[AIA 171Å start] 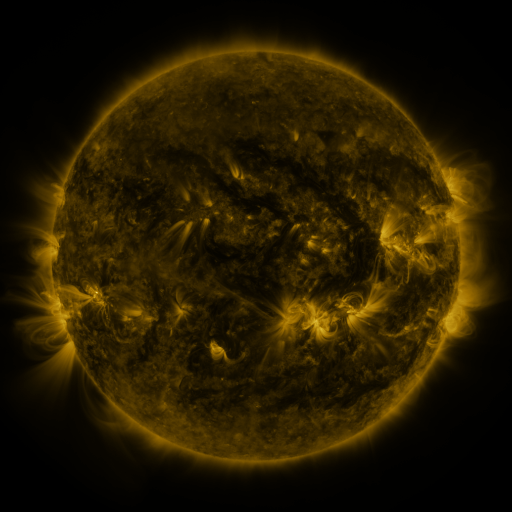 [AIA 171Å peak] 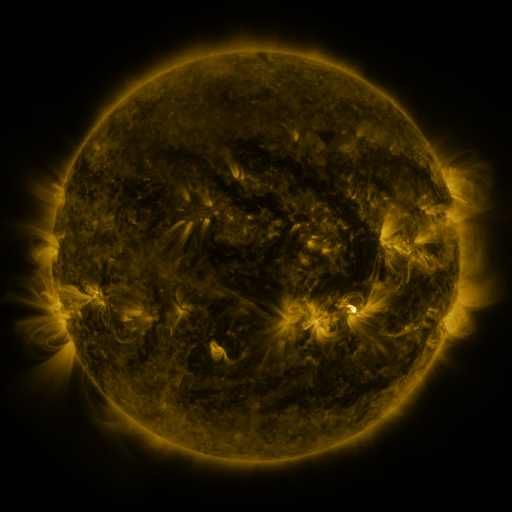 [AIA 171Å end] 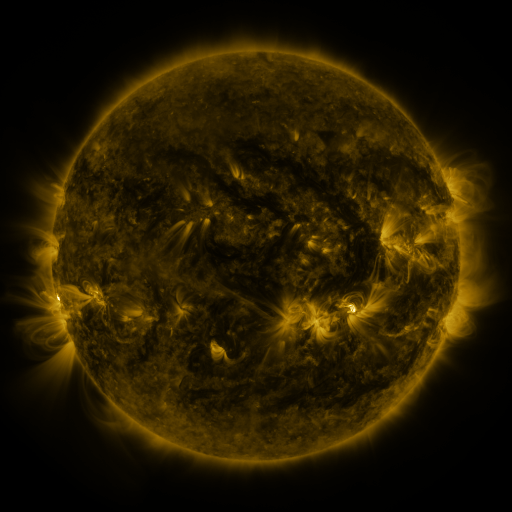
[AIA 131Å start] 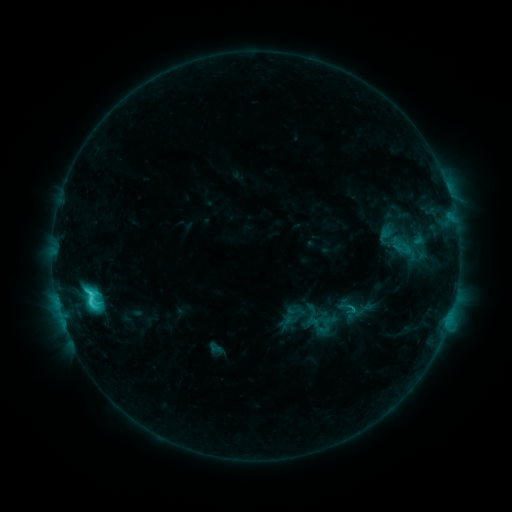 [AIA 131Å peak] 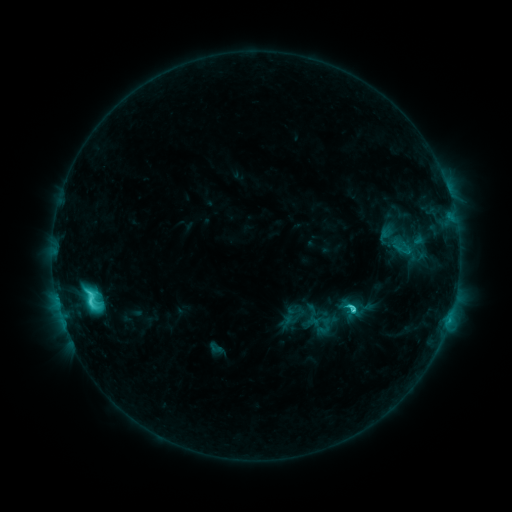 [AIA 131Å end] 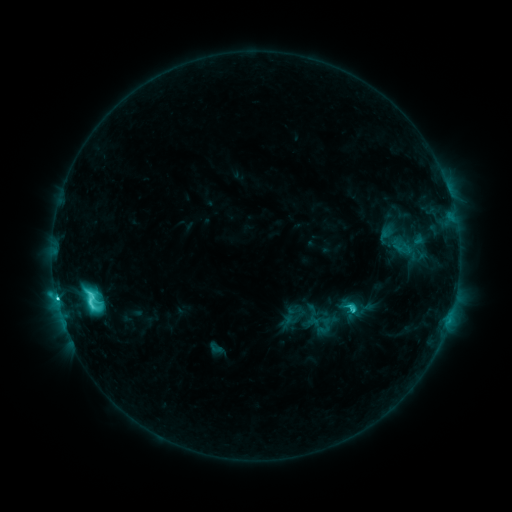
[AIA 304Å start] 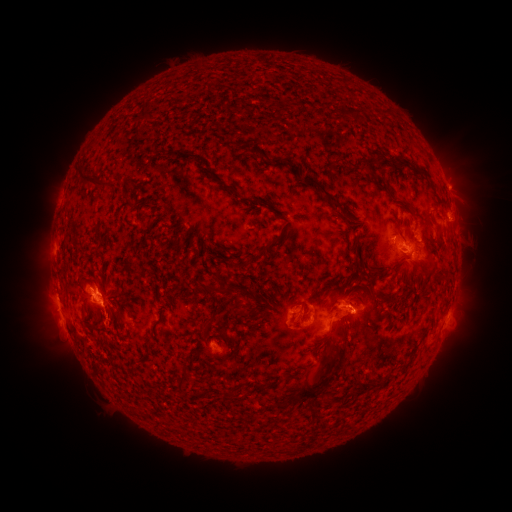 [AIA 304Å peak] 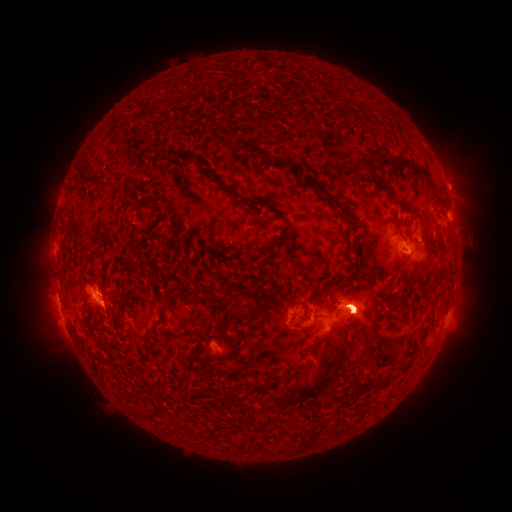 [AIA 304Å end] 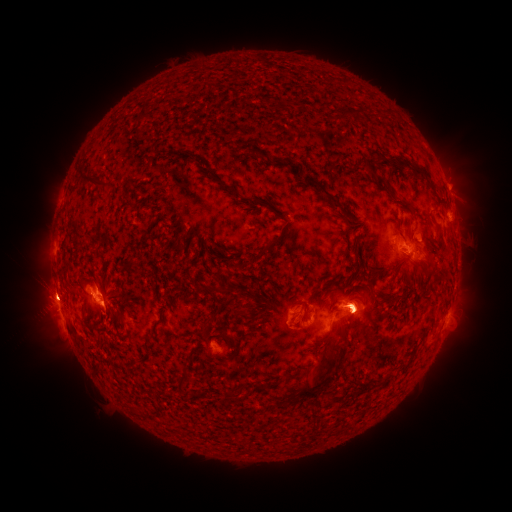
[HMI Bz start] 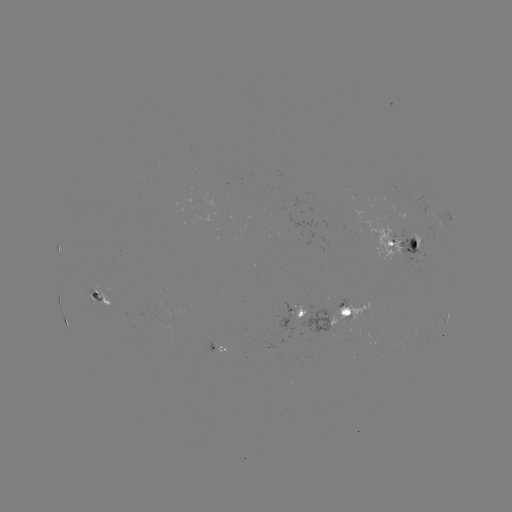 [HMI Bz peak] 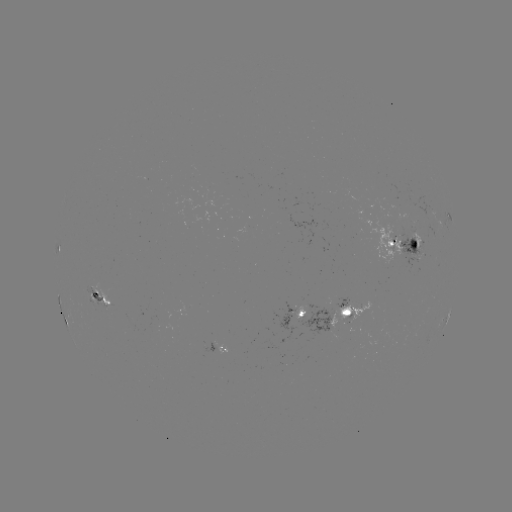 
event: eruption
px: (363, 303)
